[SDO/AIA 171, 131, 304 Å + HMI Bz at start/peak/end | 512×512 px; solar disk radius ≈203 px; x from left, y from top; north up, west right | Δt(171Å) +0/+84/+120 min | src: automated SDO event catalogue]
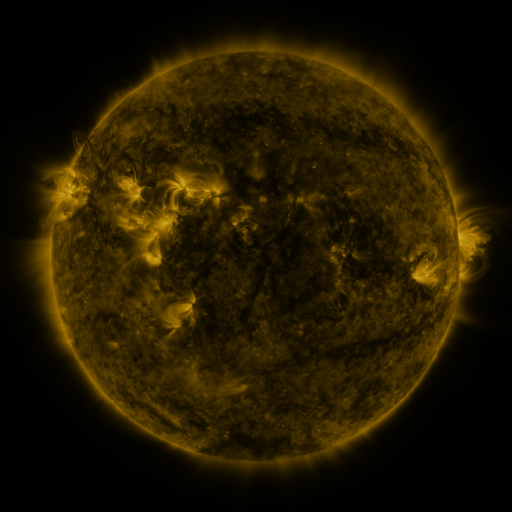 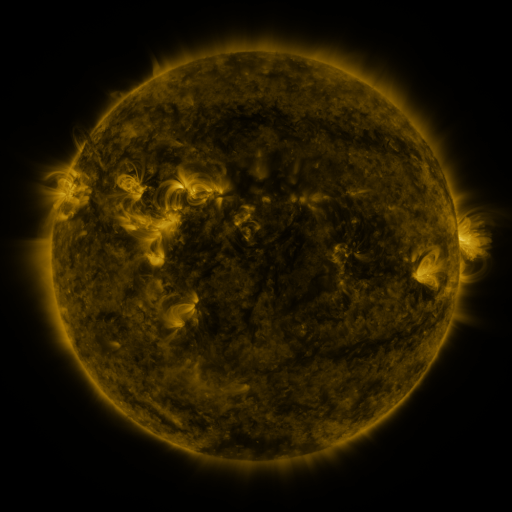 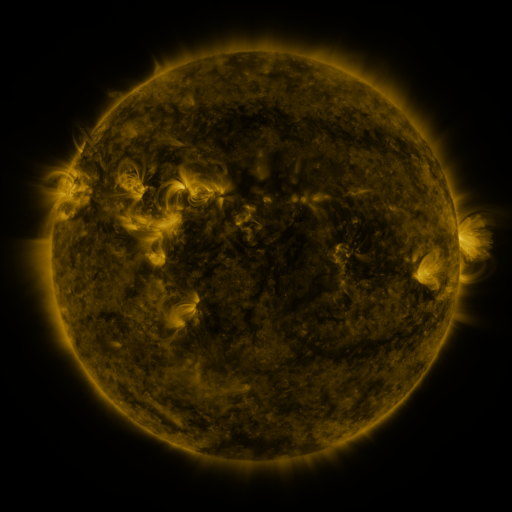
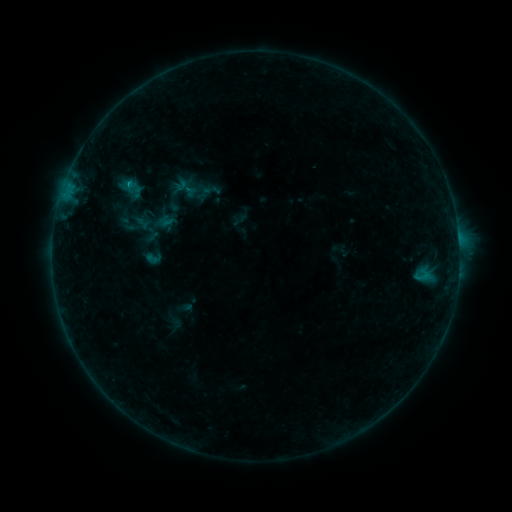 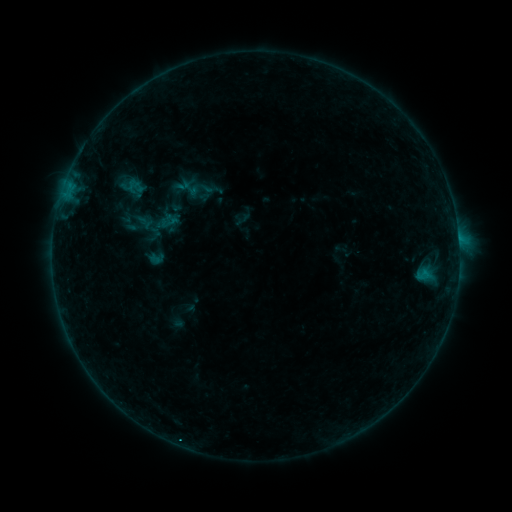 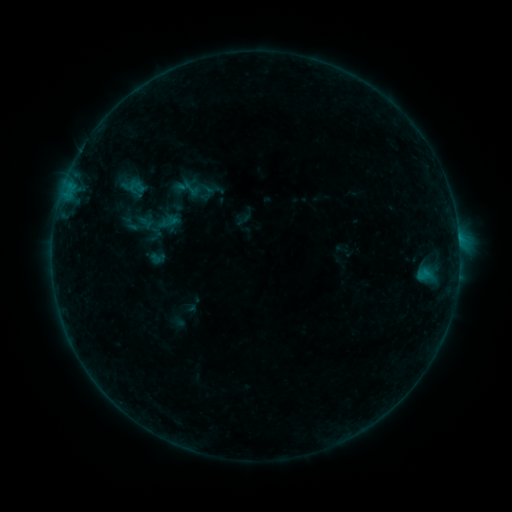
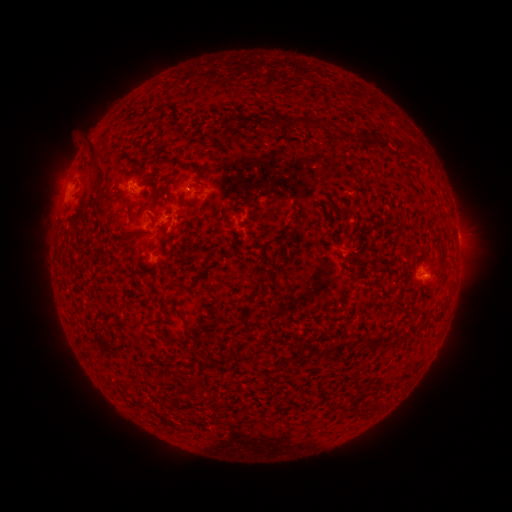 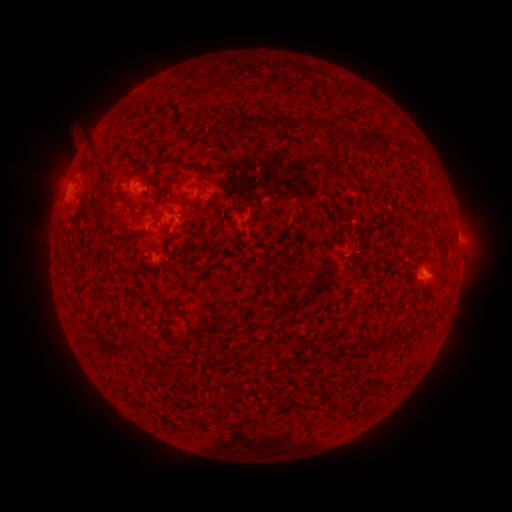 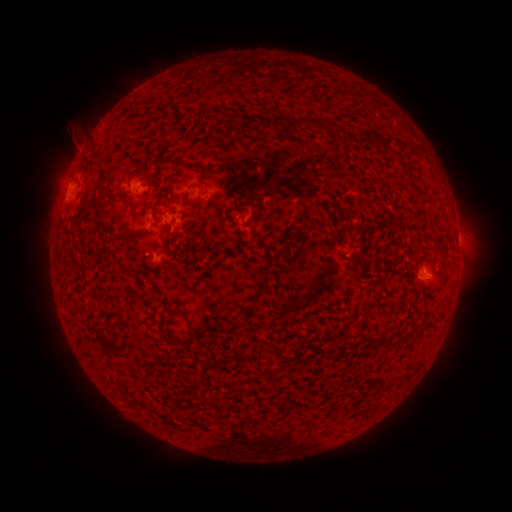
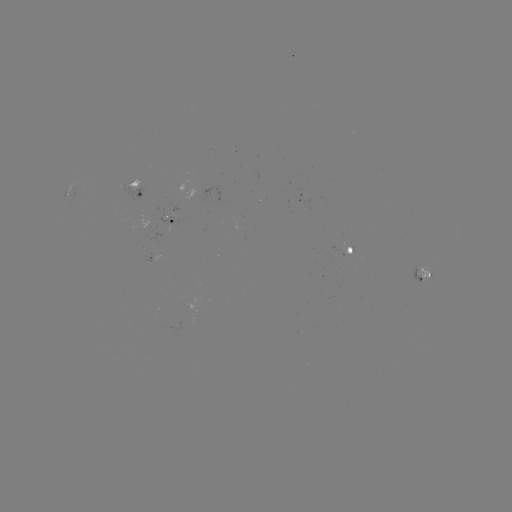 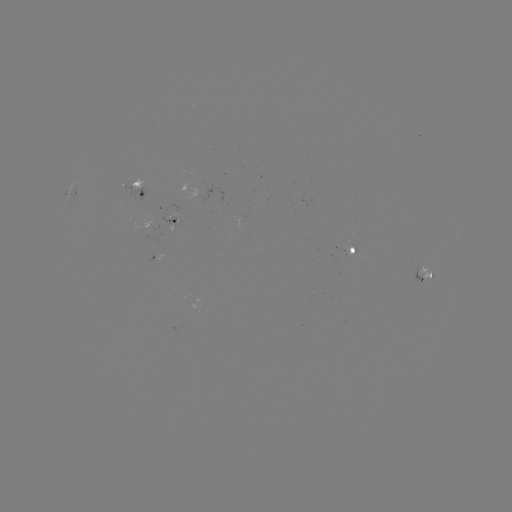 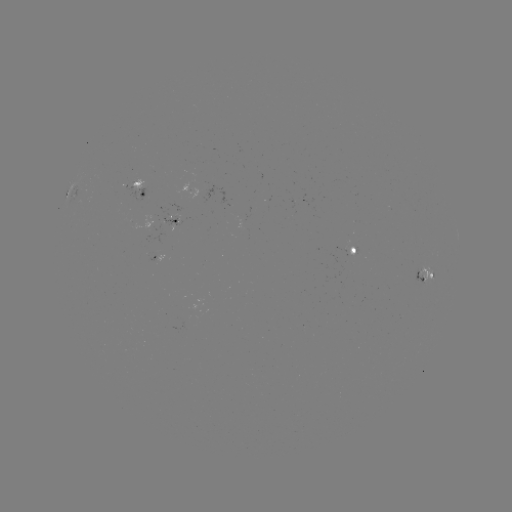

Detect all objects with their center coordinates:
emerging-flux region: (170, 218)
